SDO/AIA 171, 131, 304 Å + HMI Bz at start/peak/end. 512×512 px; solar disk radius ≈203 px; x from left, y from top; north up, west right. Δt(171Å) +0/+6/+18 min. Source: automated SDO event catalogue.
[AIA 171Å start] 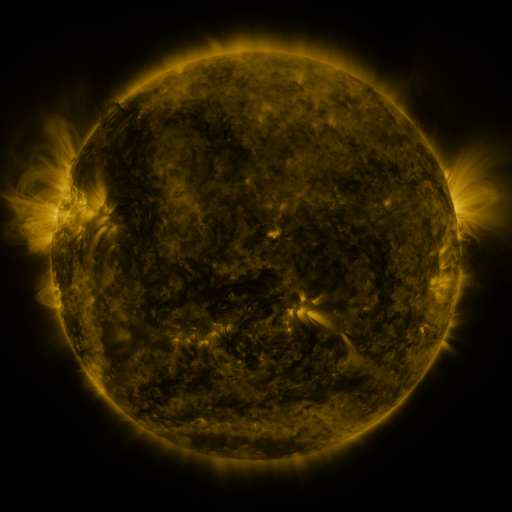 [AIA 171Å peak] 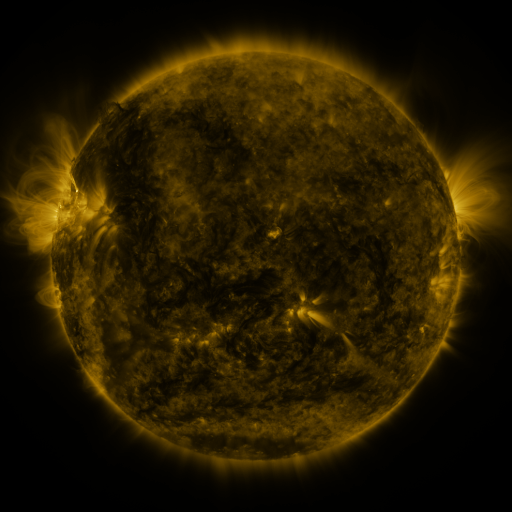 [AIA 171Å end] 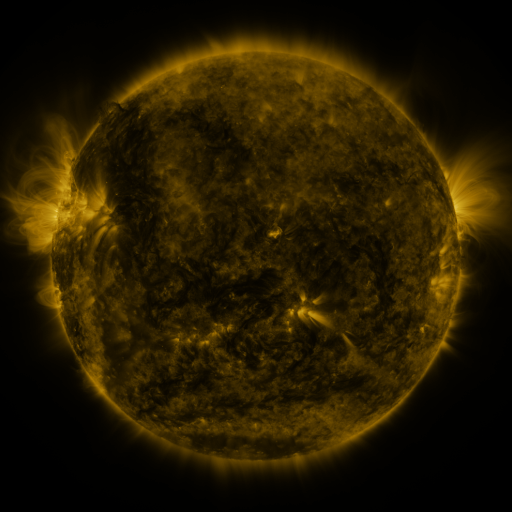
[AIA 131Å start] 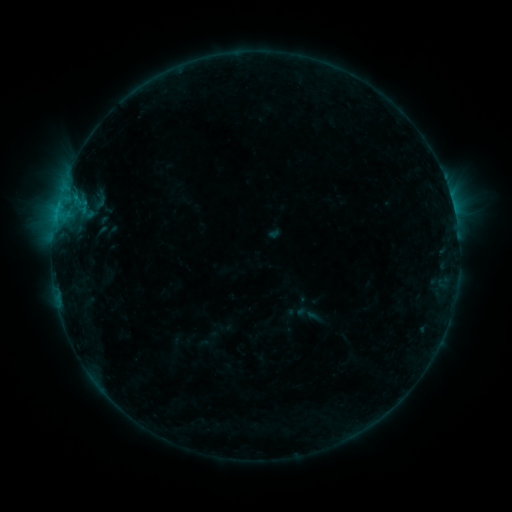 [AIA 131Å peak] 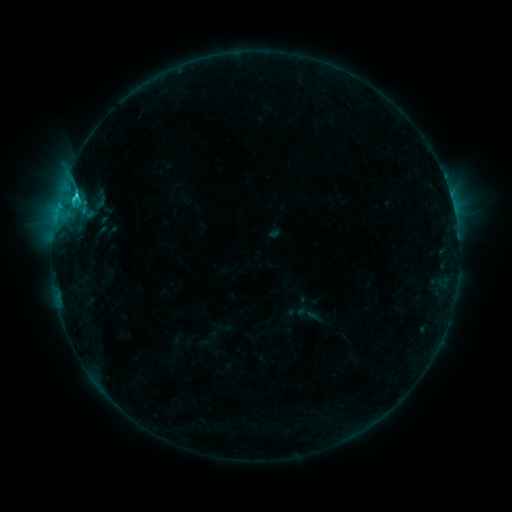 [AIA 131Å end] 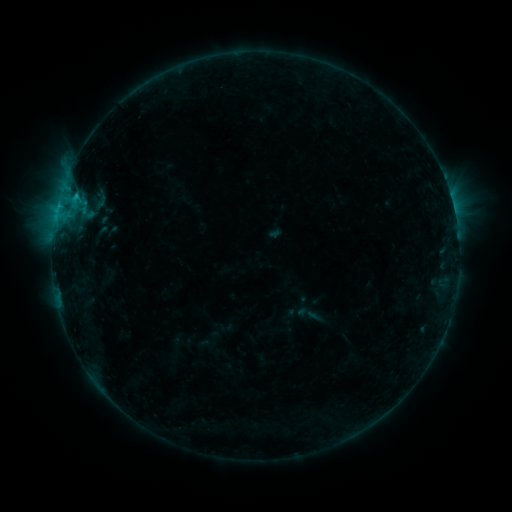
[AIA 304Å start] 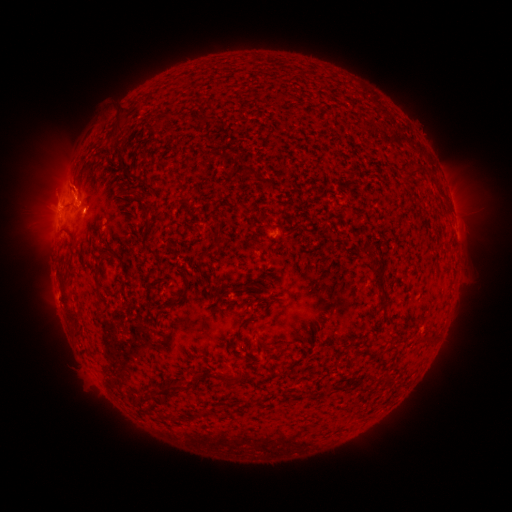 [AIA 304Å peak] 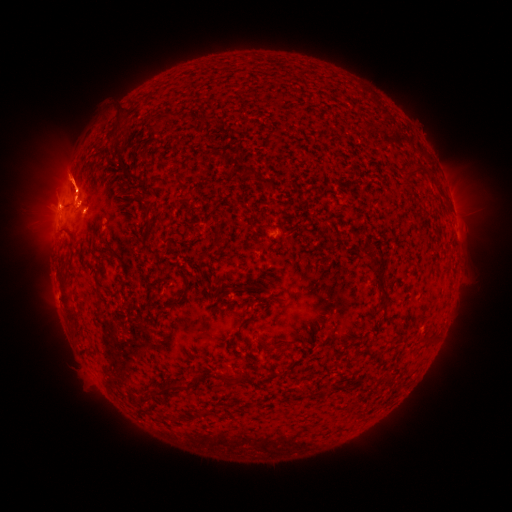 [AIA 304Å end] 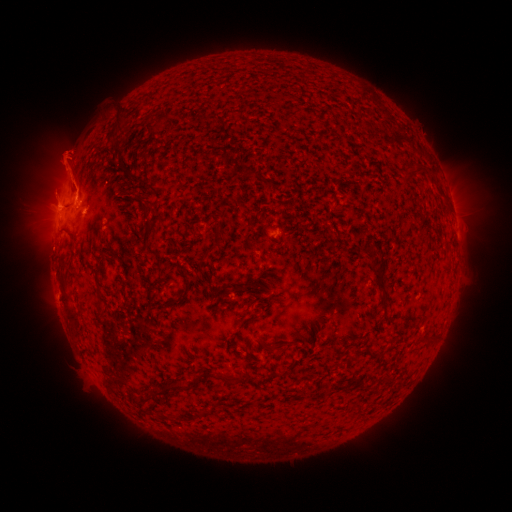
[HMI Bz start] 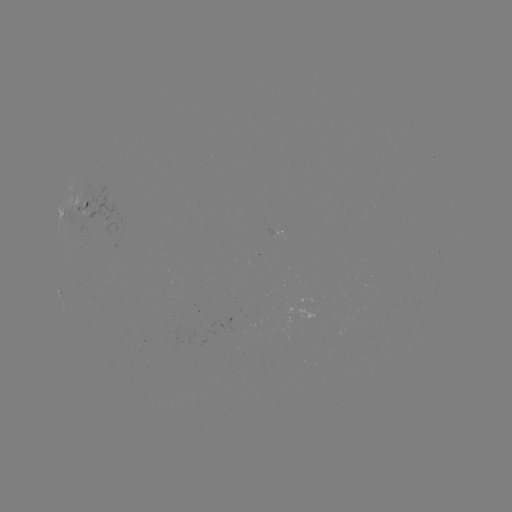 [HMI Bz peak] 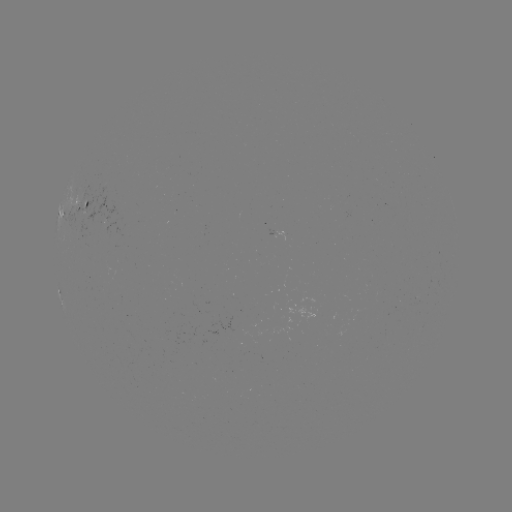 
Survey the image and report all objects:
eruption: (68, 175)
